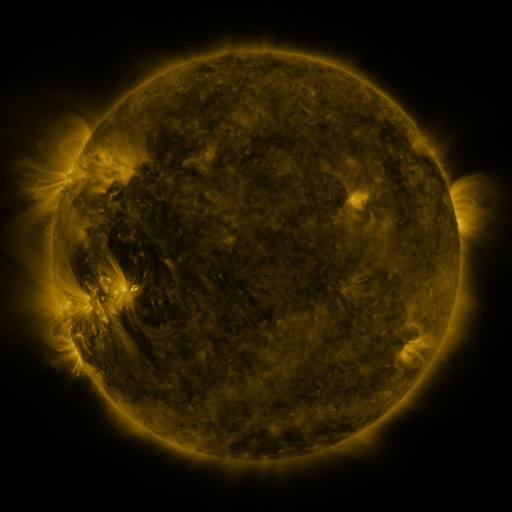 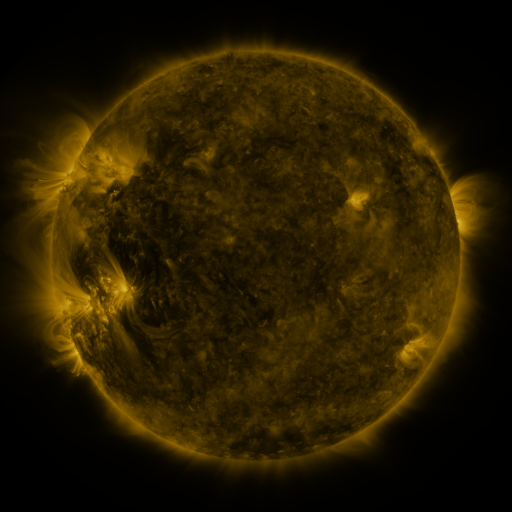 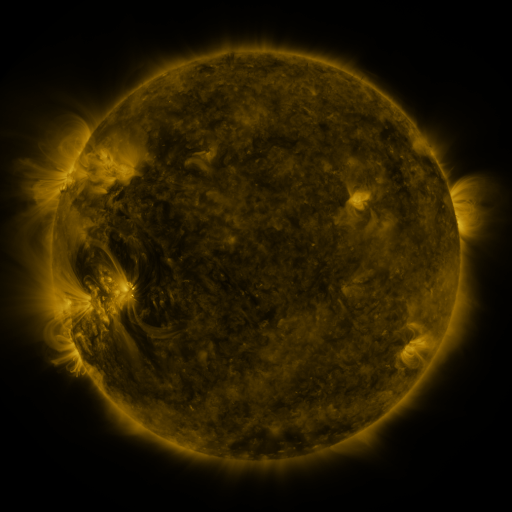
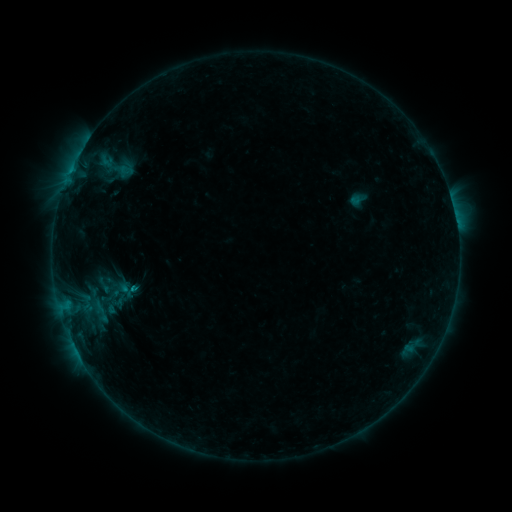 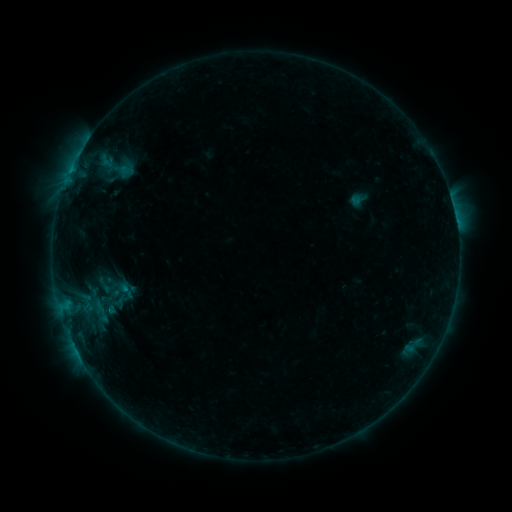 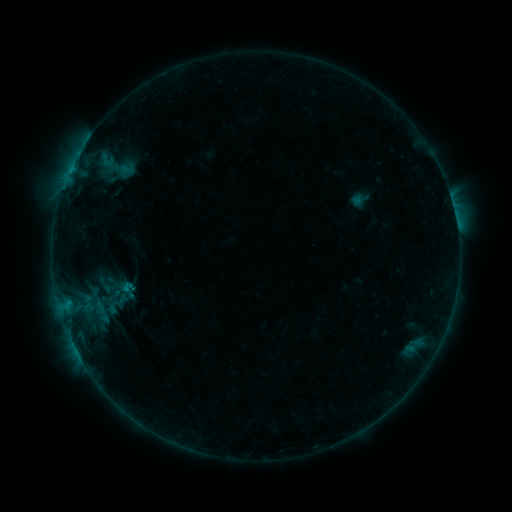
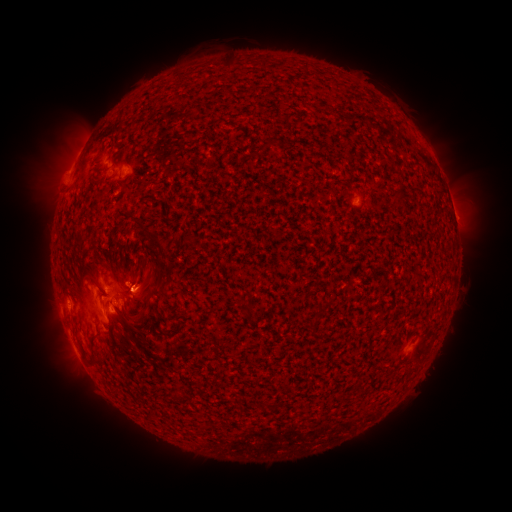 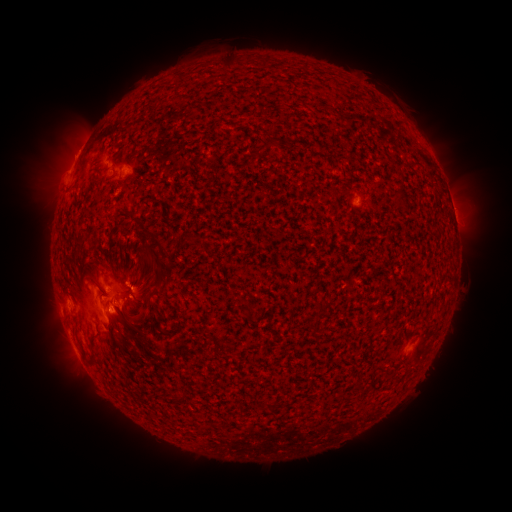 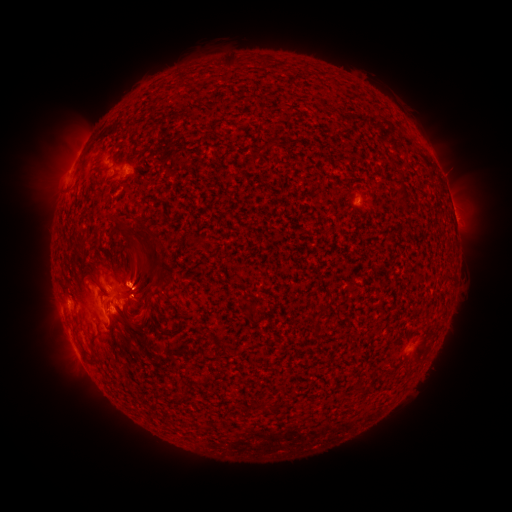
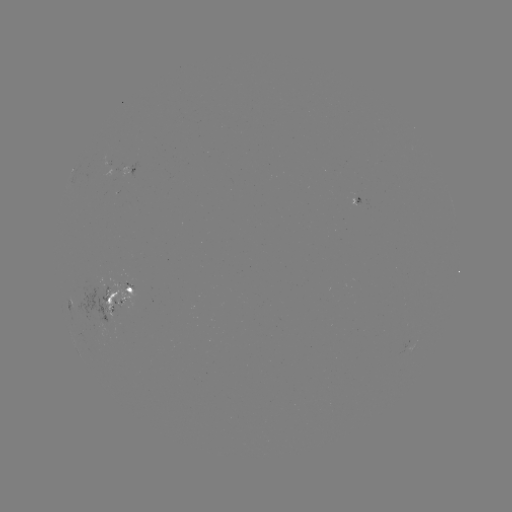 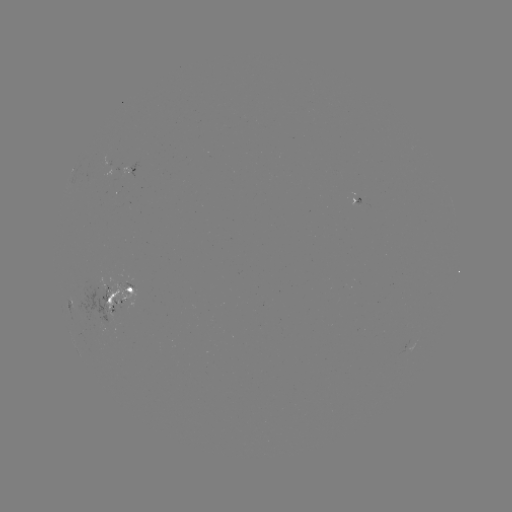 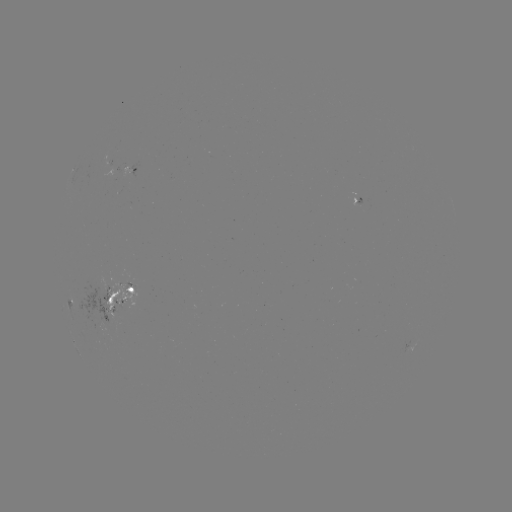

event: emerging-flux region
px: (115, 296)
